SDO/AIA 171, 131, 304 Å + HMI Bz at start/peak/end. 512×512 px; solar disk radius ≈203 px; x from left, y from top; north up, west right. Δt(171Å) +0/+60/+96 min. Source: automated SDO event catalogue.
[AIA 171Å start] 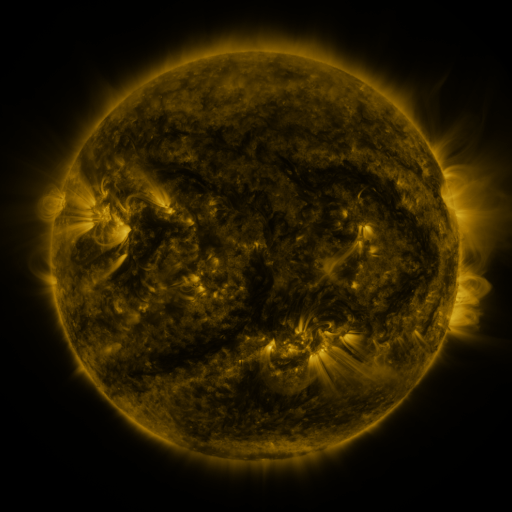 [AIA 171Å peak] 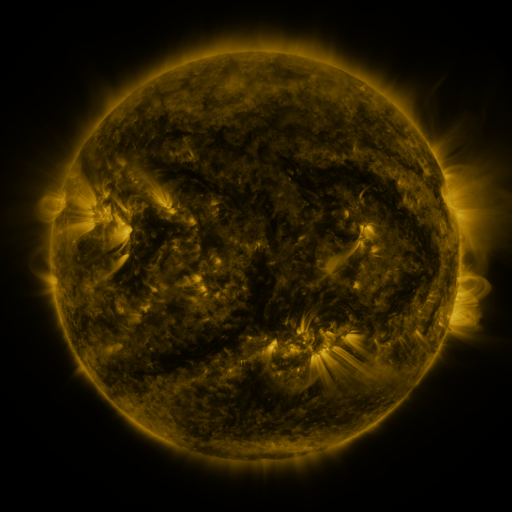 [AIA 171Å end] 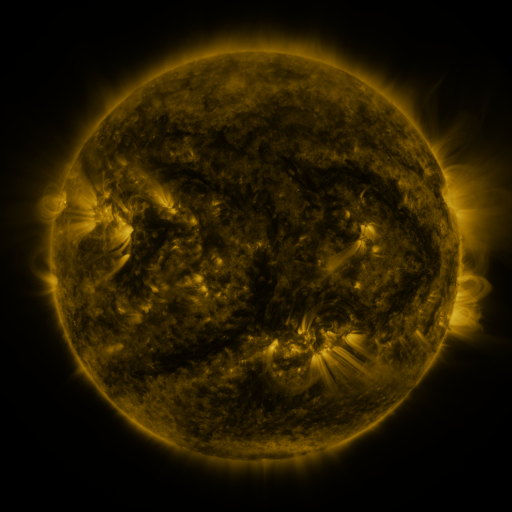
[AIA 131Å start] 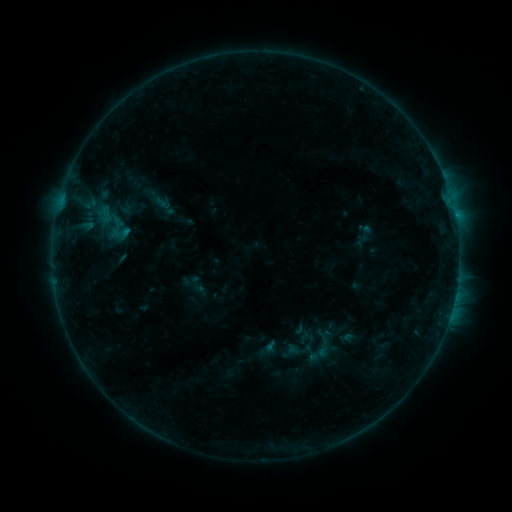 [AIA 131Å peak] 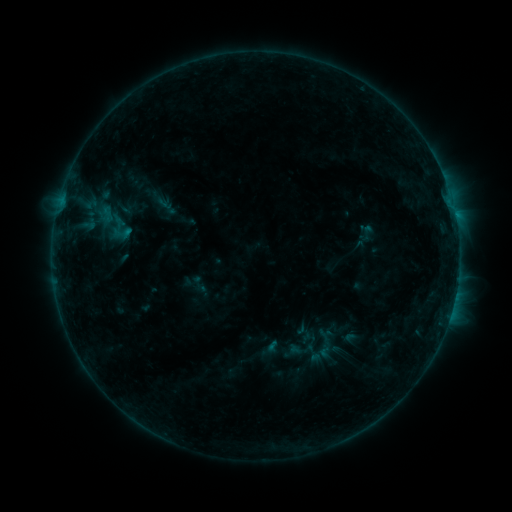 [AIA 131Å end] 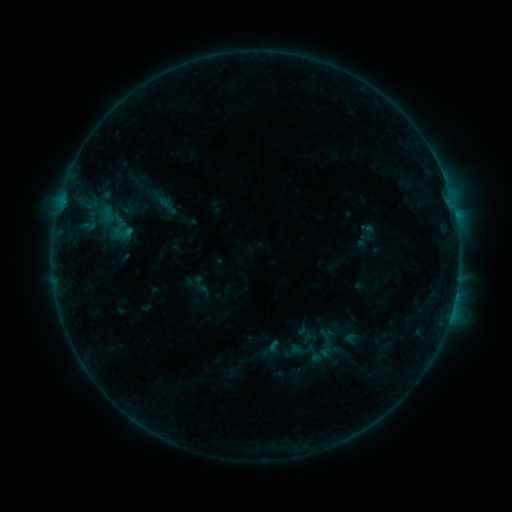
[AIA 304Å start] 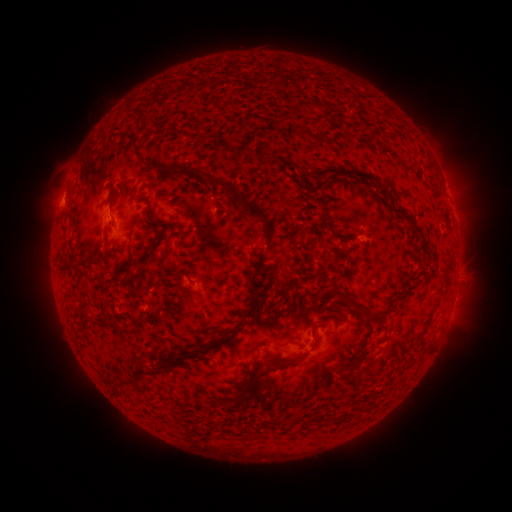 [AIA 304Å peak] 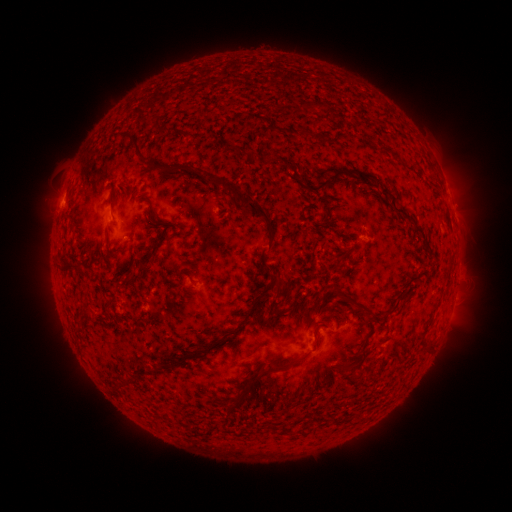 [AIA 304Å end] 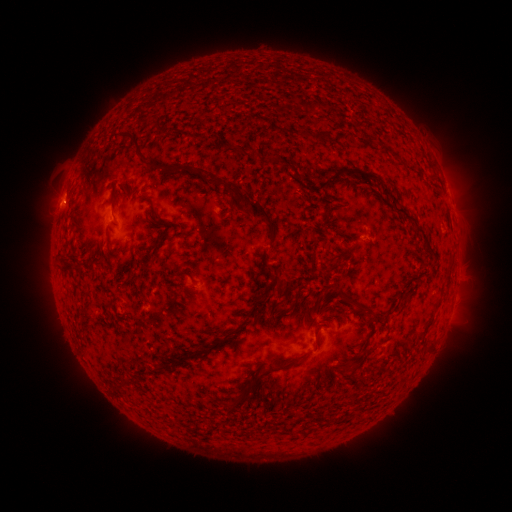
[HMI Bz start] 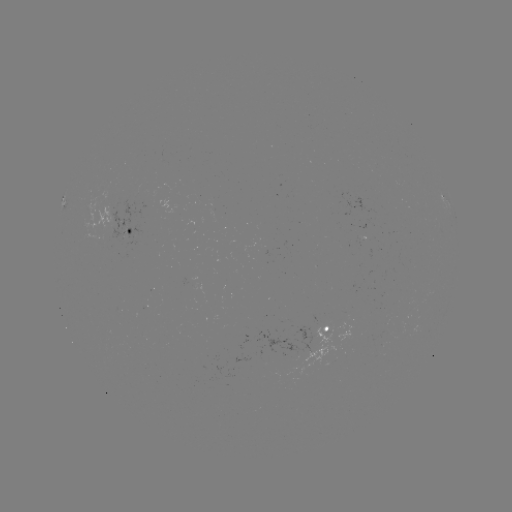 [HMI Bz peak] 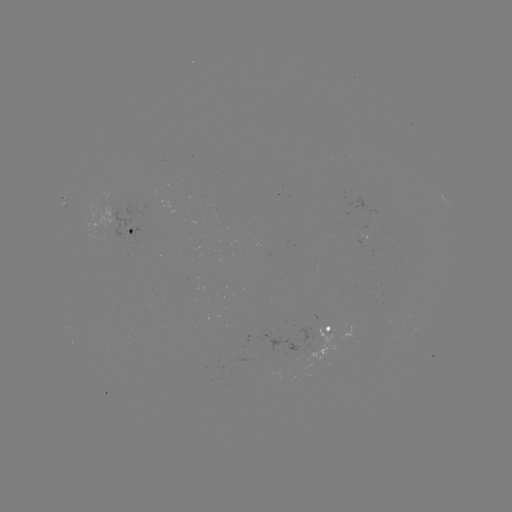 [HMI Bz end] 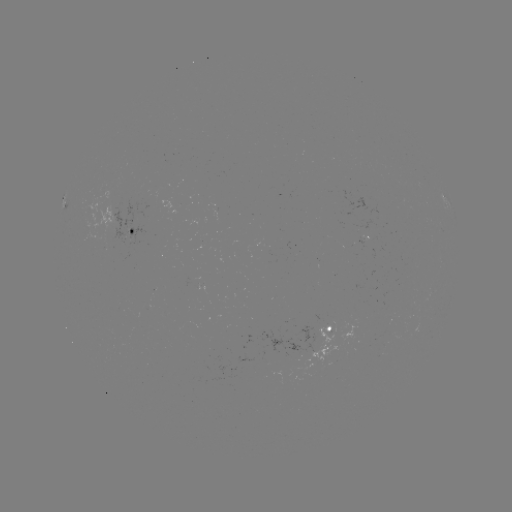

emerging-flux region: [83, 188, 113, 235]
